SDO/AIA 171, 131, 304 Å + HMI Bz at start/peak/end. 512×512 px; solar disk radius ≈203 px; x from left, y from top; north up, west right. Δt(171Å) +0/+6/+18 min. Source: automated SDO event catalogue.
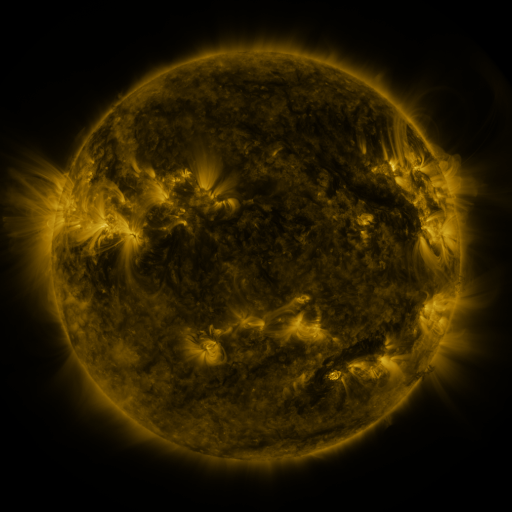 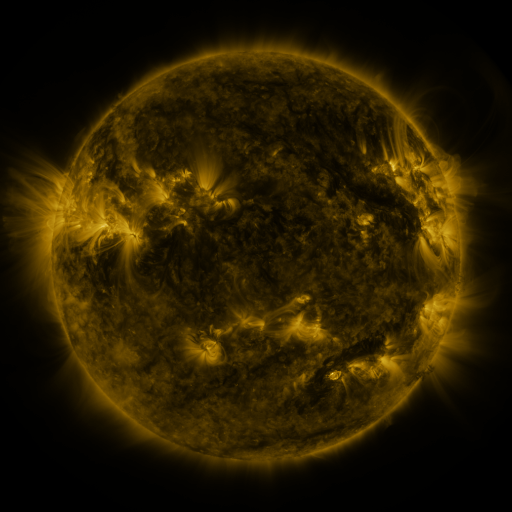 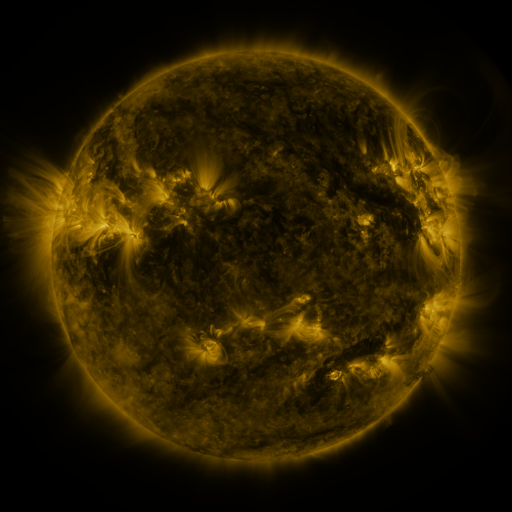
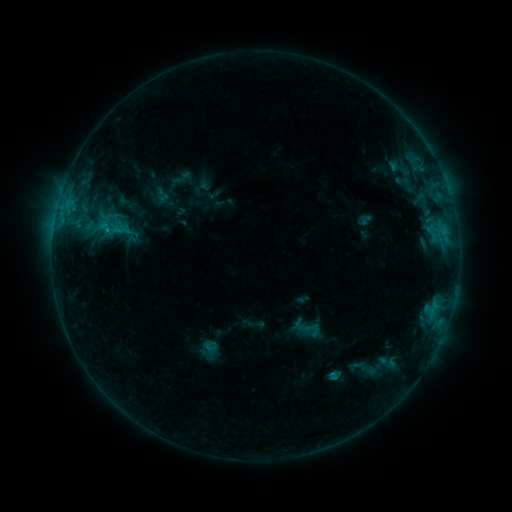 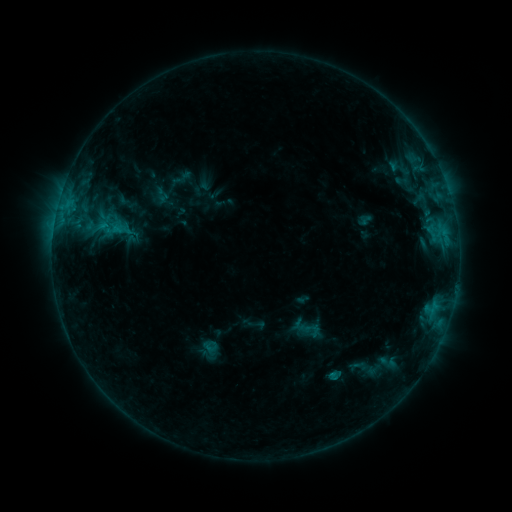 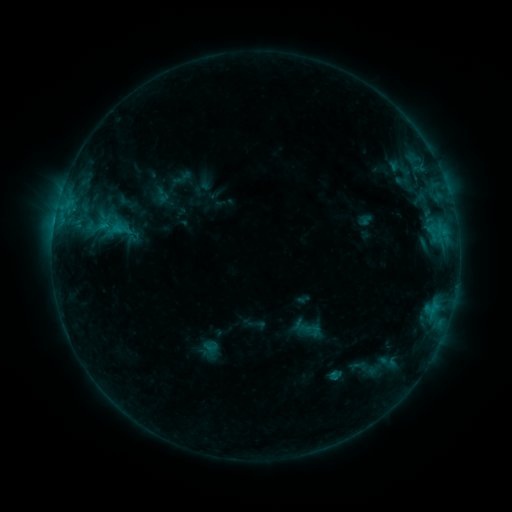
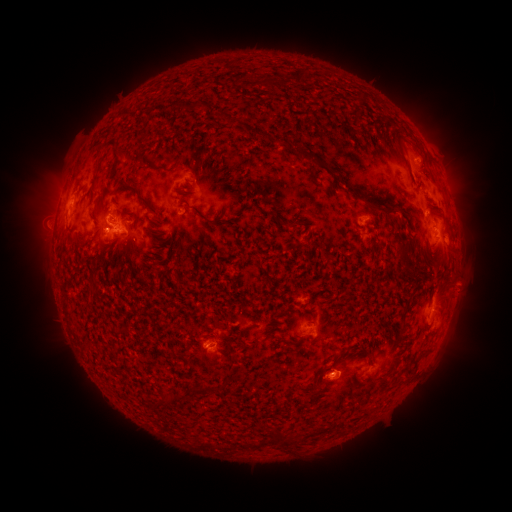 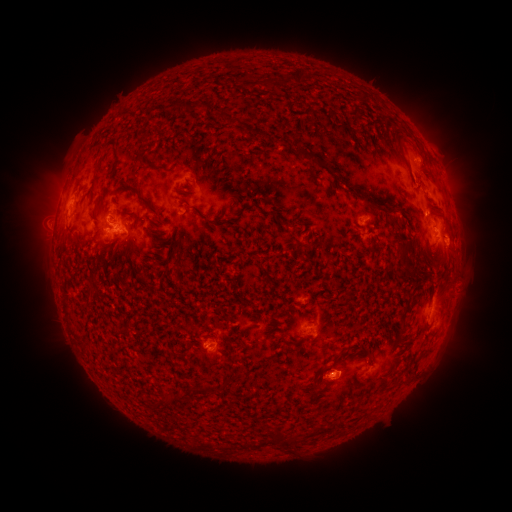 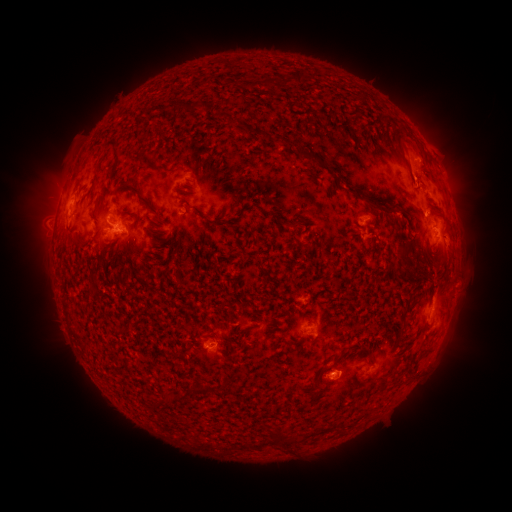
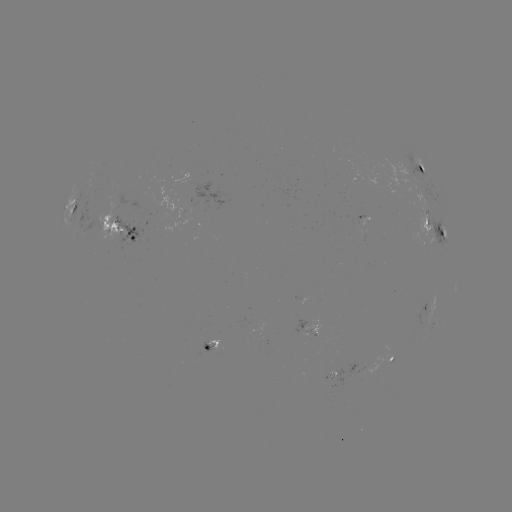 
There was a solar eruption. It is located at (462, 202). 